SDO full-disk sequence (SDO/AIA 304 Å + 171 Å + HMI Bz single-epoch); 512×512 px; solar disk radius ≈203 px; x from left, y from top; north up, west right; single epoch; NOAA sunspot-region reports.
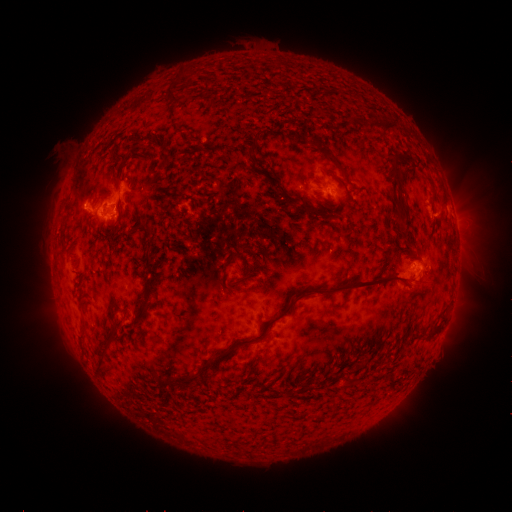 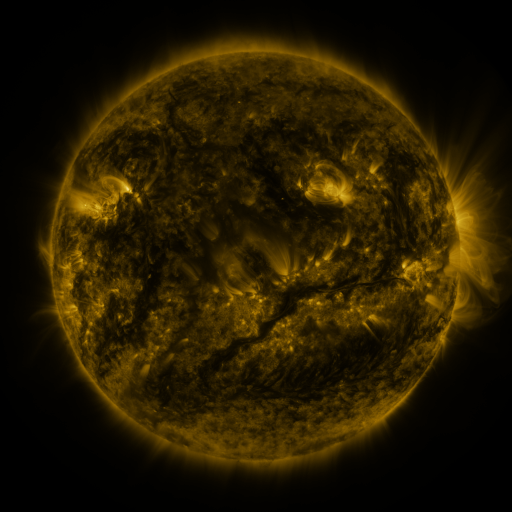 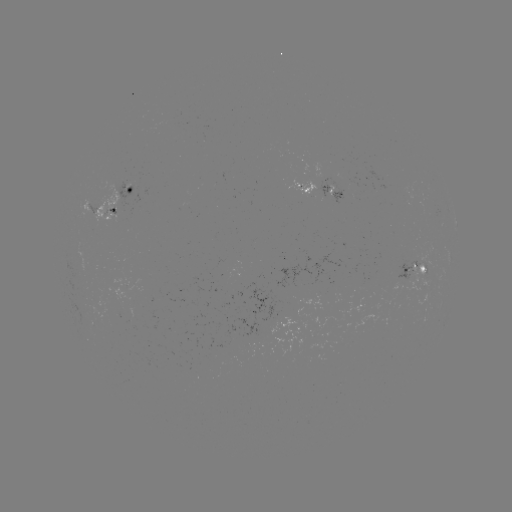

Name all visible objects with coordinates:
spotted active region: (324, 192)
spotted active region: (107, 201)
spotted active region: (456, 229)
spotted active region: (417, 266)
